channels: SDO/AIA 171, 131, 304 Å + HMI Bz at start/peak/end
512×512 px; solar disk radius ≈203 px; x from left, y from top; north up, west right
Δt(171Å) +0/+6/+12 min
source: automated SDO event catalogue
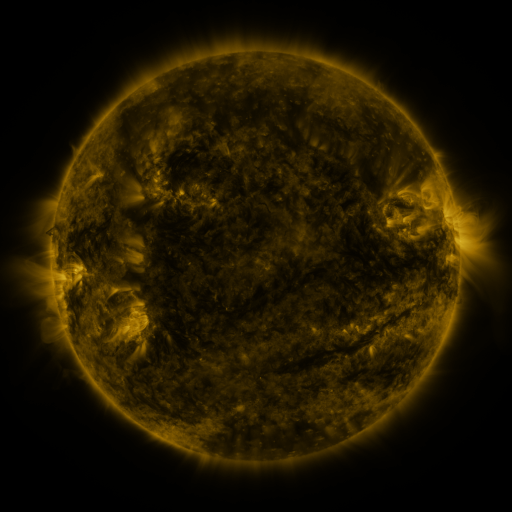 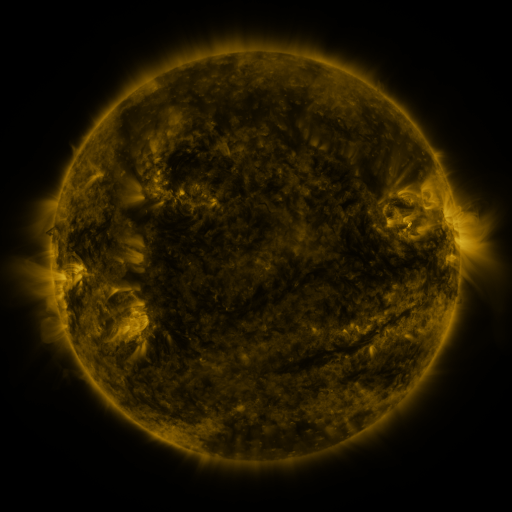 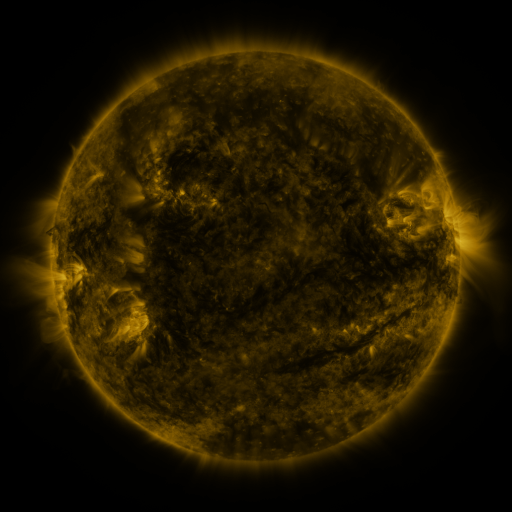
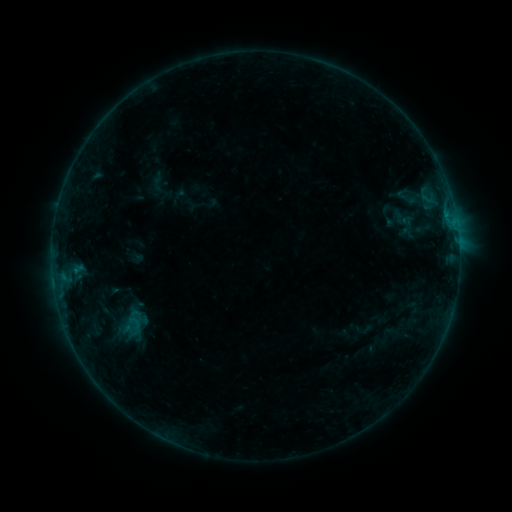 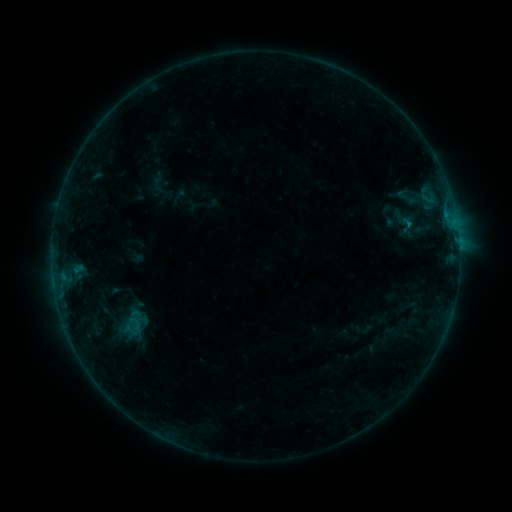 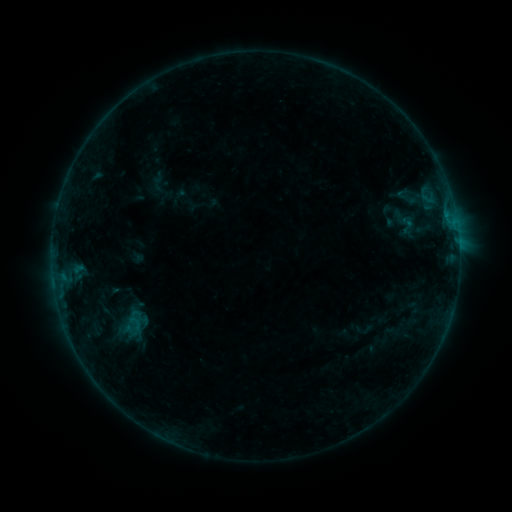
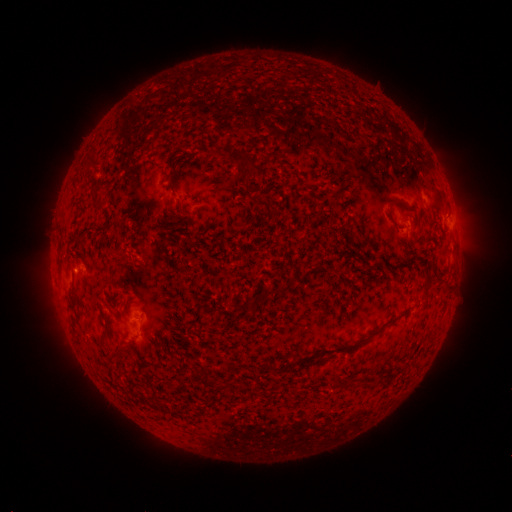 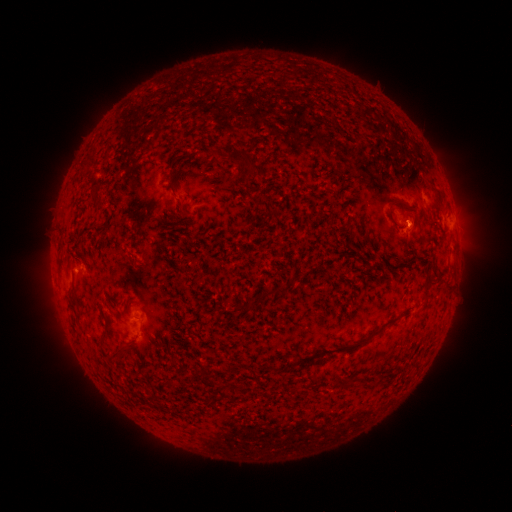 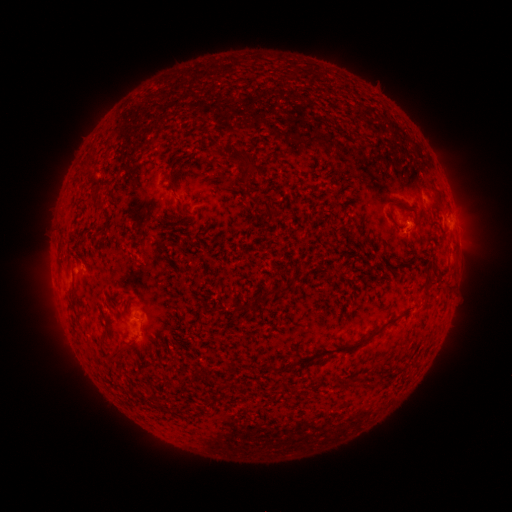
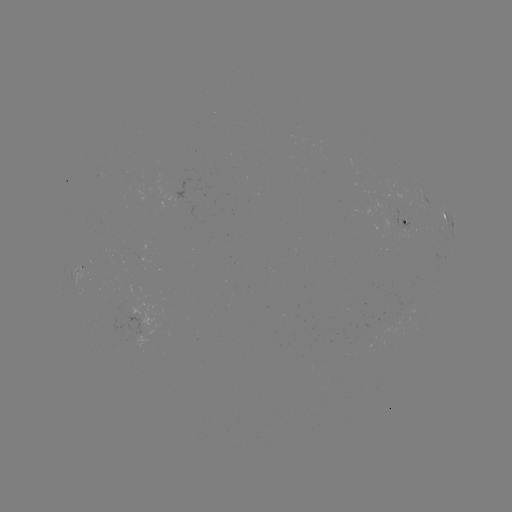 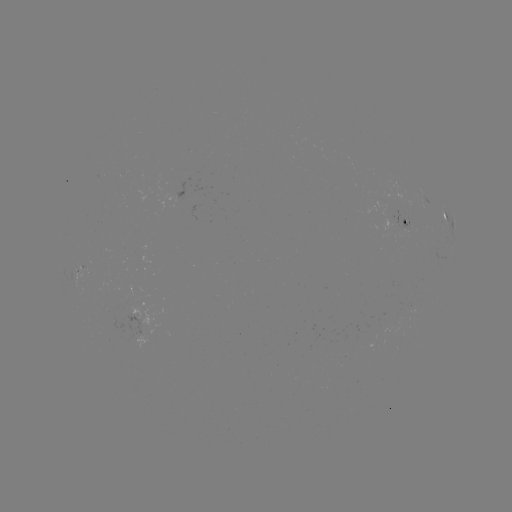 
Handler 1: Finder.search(B1.9 flare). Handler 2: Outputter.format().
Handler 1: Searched B1.9 flare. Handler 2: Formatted [407, 225].